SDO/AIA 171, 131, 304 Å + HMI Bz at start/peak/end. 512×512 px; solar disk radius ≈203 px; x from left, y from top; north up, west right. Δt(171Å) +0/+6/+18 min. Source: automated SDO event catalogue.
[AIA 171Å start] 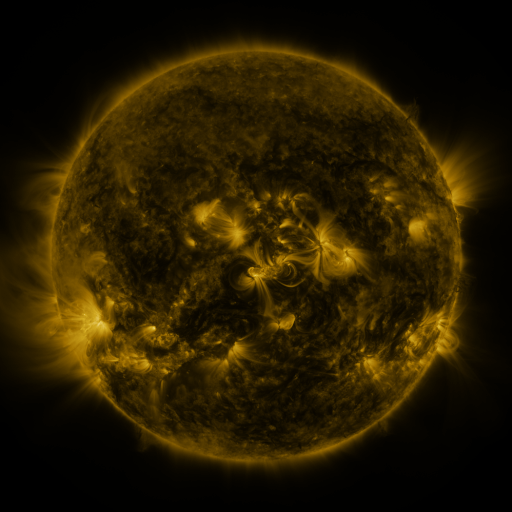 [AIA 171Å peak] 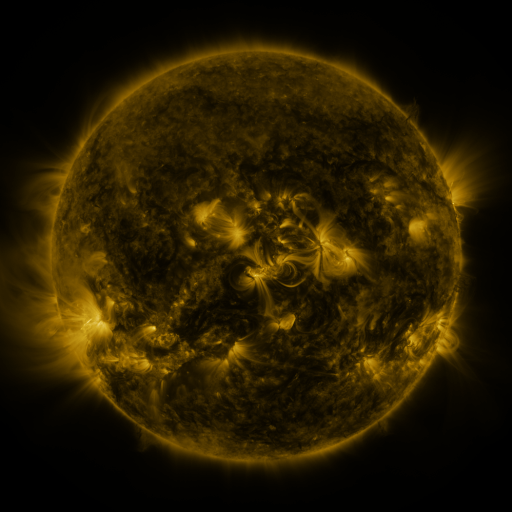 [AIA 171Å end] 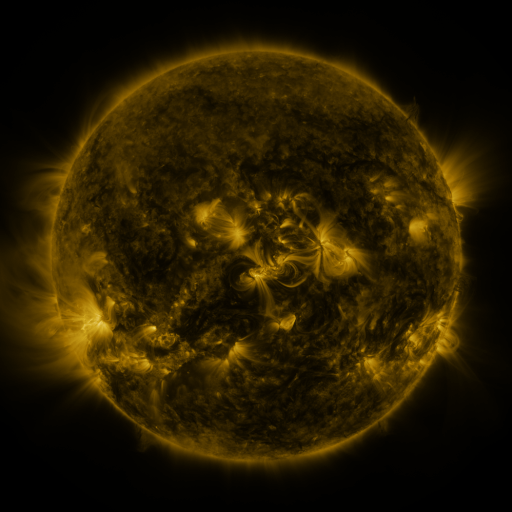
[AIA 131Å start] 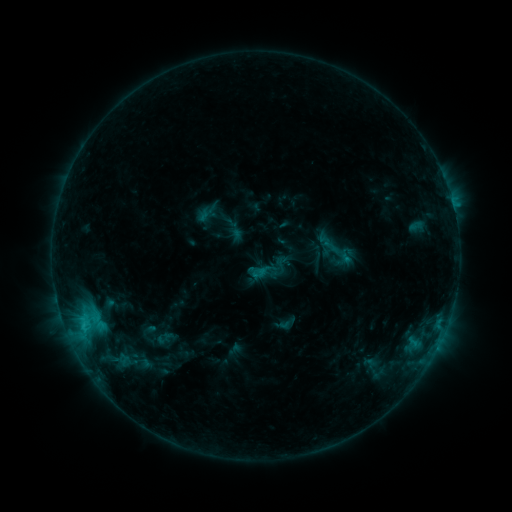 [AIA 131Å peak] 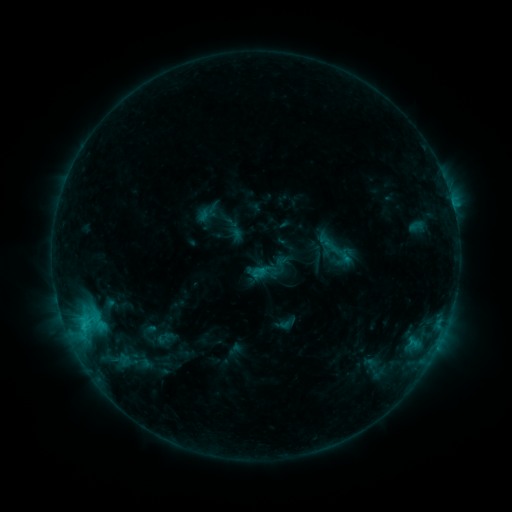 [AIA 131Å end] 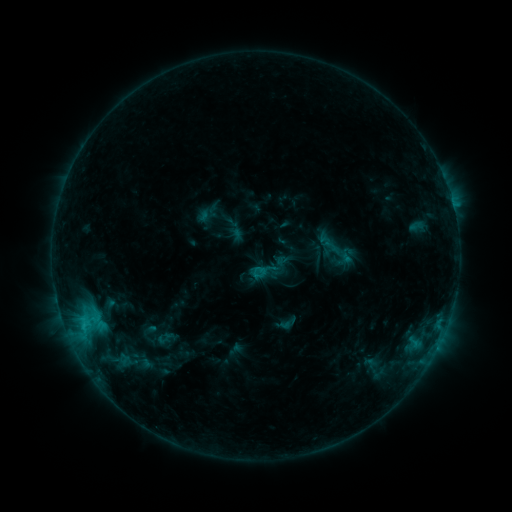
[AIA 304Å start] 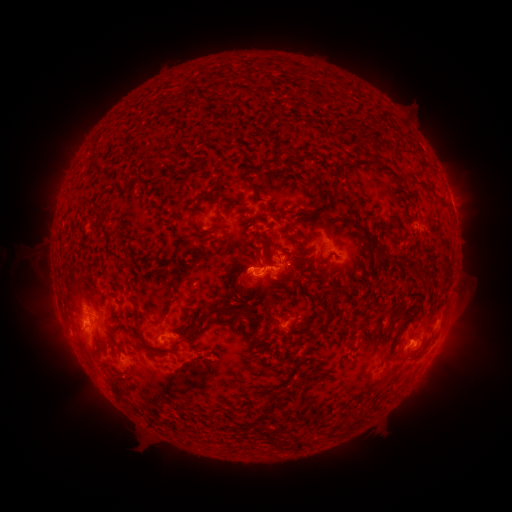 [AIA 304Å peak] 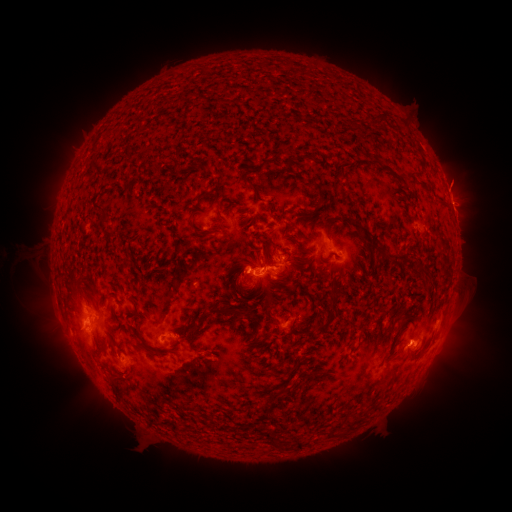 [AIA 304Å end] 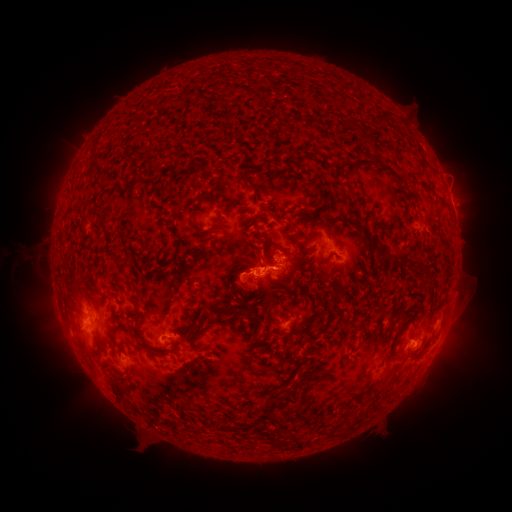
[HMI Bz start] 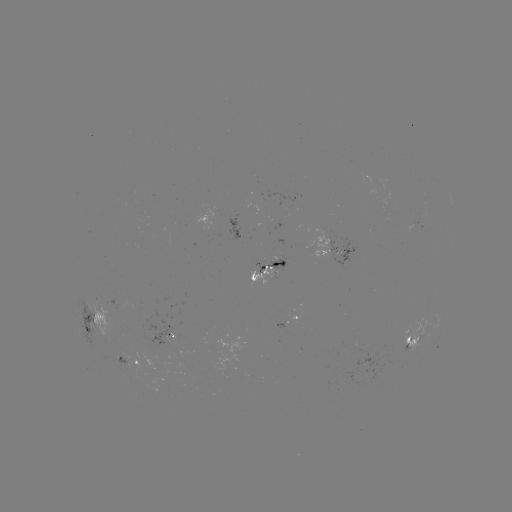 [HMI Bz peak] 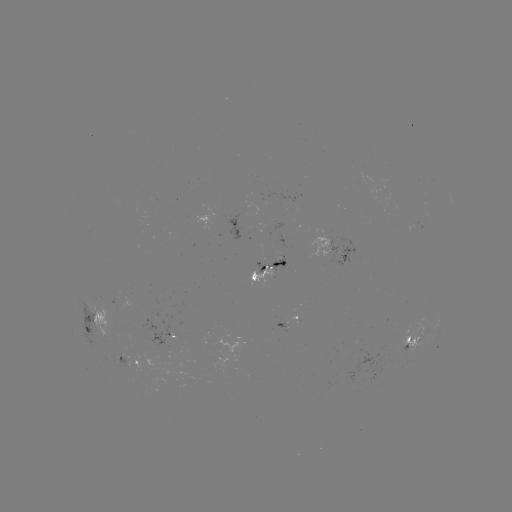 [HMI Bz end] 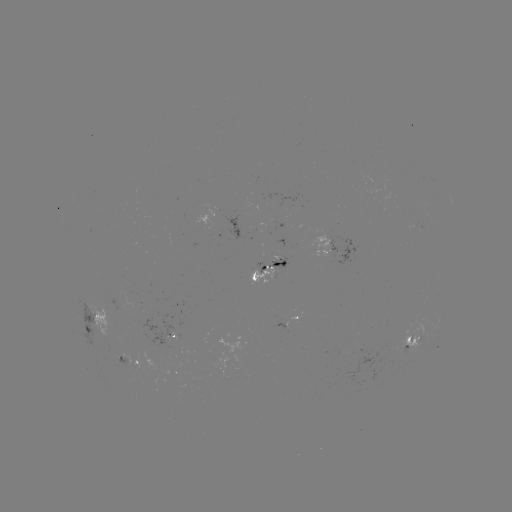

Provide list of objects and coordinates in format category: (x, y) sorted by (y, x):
eruption: (234, 270)
